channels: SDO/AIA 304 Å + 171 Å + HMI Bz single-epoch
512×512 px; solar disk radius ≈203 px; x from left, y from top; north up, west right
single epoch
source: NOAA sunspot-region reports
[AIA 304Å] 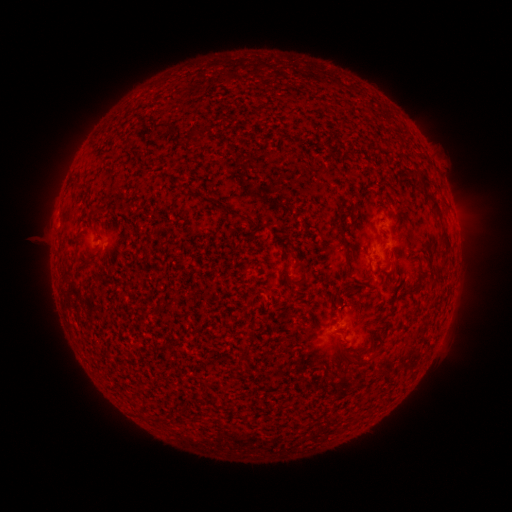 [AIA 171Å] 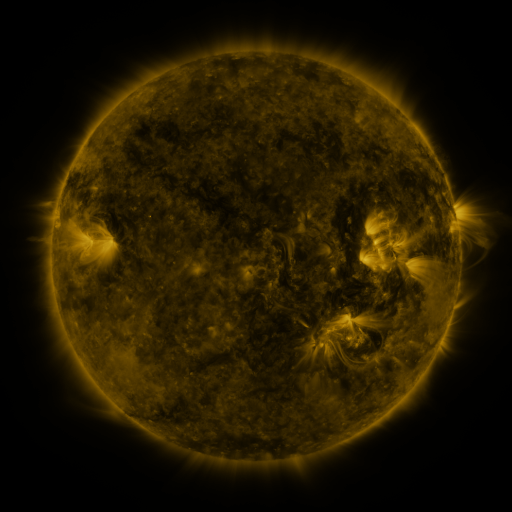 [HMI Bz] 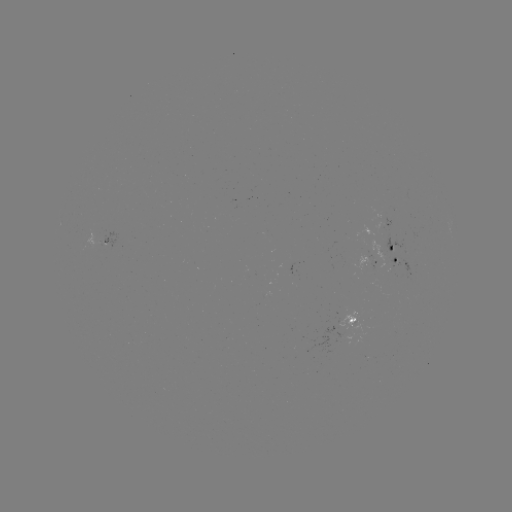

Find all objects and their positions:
spotted active region: (383, 224)
spotted active region: (103, 243)
spotted active region: (394, 255)
spotted active region: (369, 261)
spotted active region: (352, 318)
